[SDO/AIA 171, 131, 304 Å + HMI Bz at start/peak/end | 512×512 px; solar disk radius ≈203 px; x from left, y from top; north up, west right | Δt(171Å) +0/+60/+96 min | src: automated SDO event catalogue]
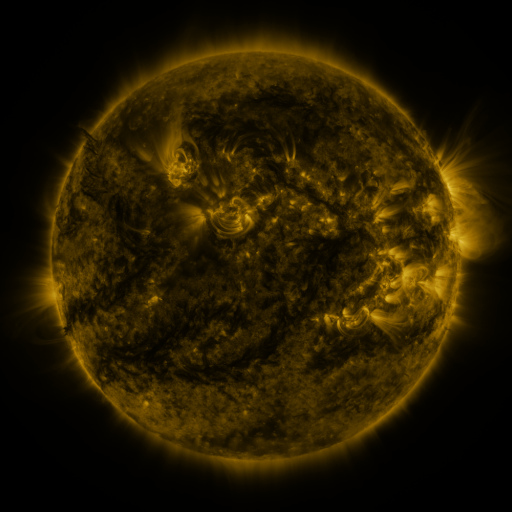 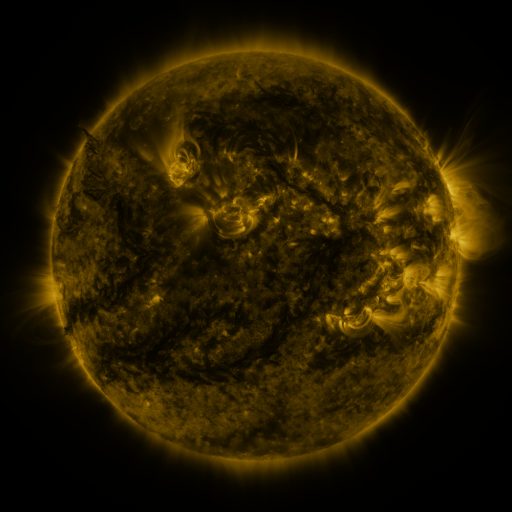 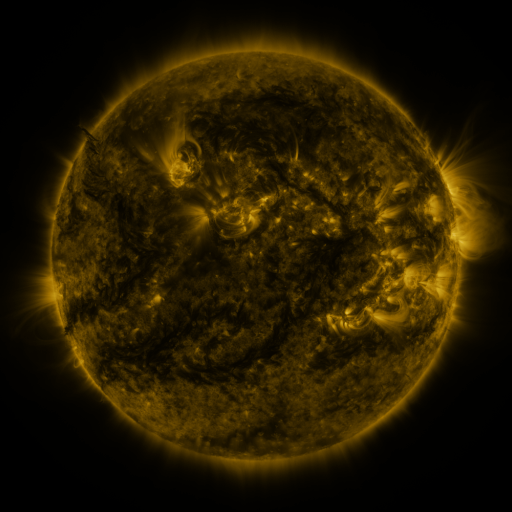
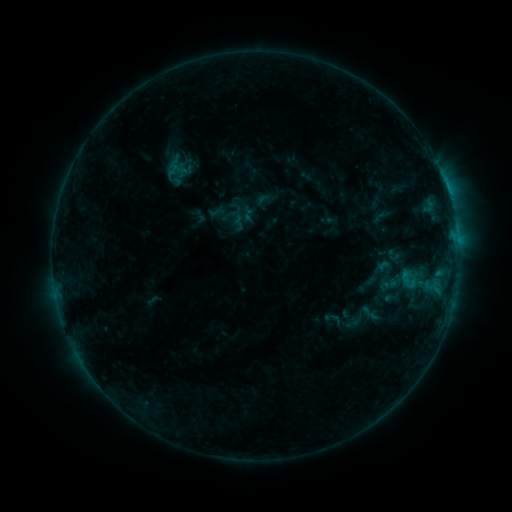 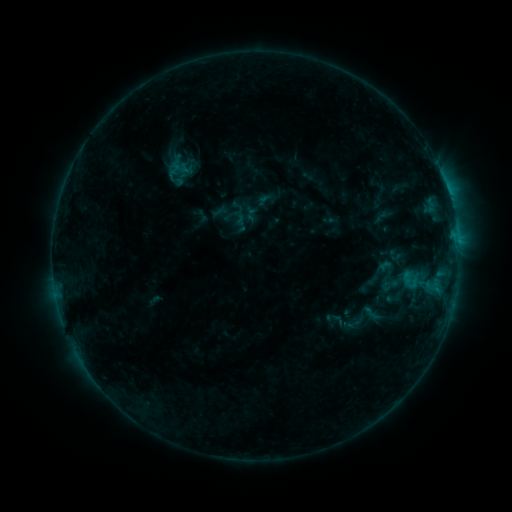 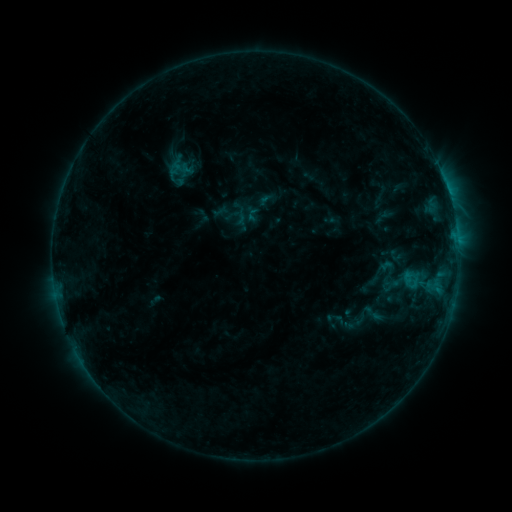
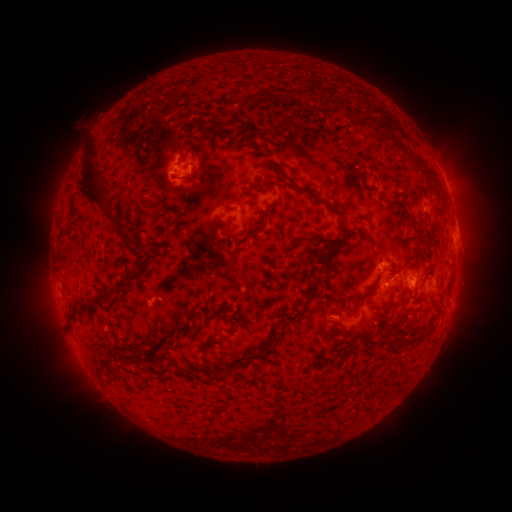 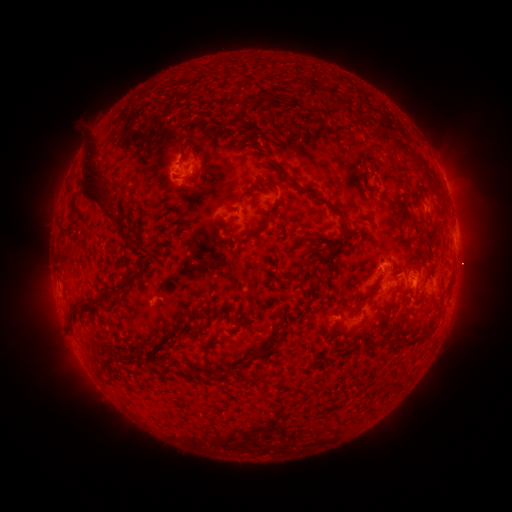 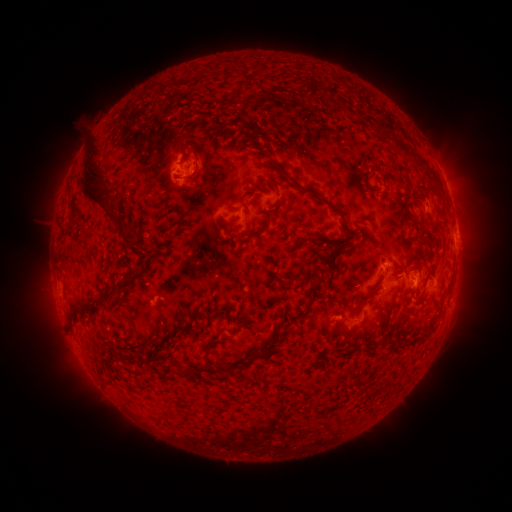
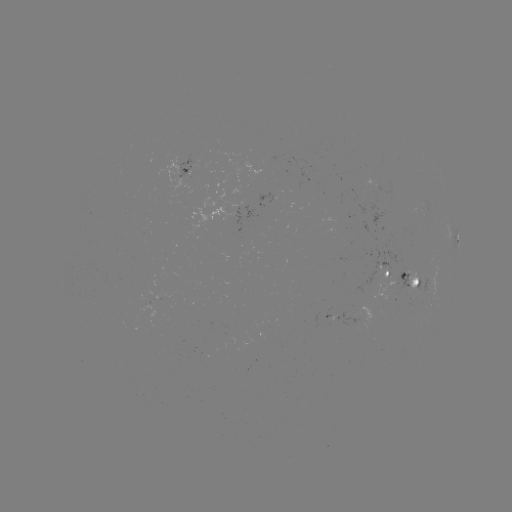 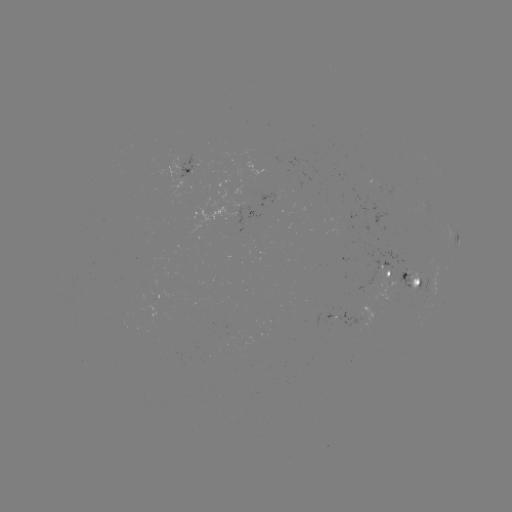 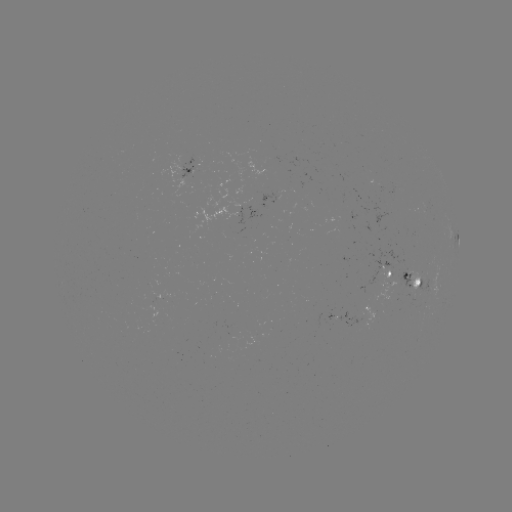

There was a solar emerging-flux region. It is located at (407, 285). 